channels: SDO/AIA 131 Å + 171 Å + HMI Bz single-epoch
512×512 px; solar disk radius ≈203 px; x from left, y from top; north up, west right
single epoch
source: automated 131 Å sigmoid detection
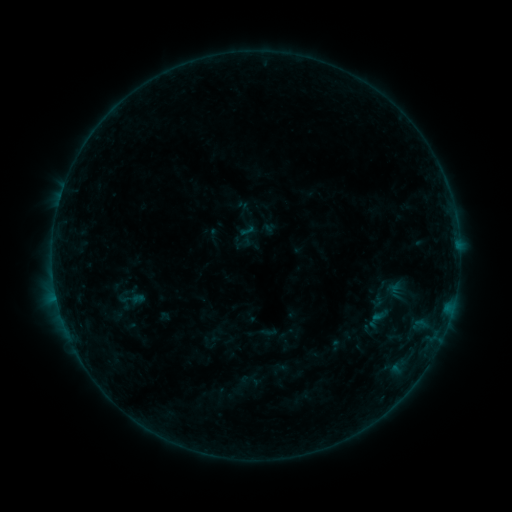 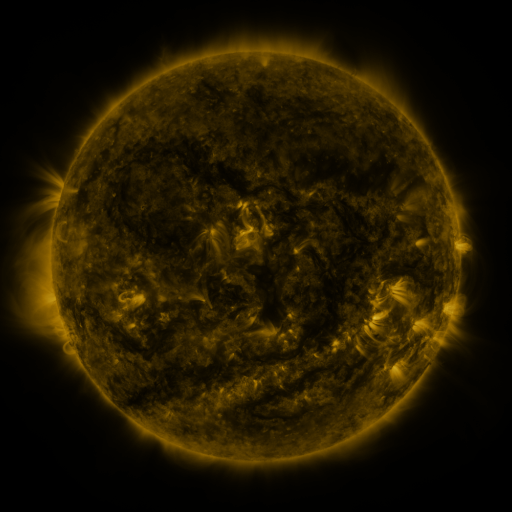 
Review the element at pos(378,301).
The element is sigmoid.